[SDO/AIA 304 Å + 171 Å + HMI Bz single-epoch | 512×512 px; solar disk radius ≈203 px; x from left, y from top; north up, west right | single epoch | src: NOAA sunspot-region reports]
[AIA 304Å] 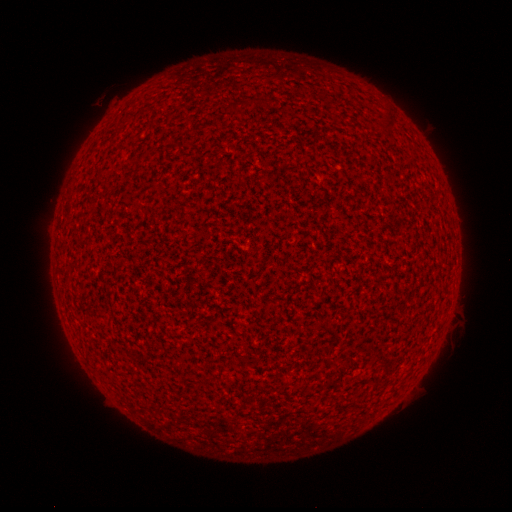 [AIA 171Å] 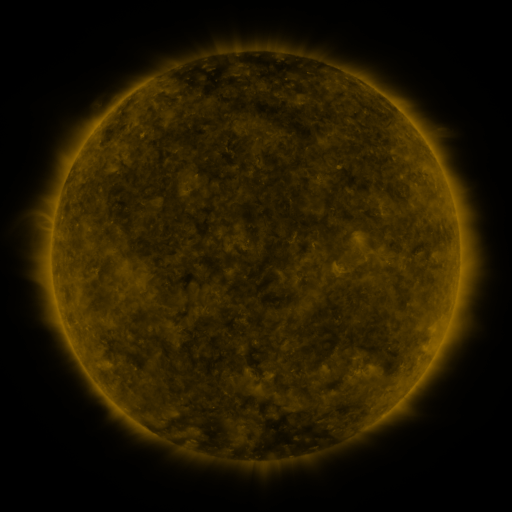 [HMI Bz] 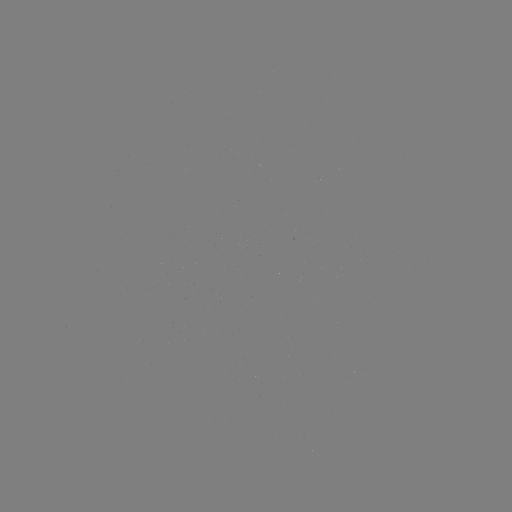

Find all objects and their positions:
(none)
